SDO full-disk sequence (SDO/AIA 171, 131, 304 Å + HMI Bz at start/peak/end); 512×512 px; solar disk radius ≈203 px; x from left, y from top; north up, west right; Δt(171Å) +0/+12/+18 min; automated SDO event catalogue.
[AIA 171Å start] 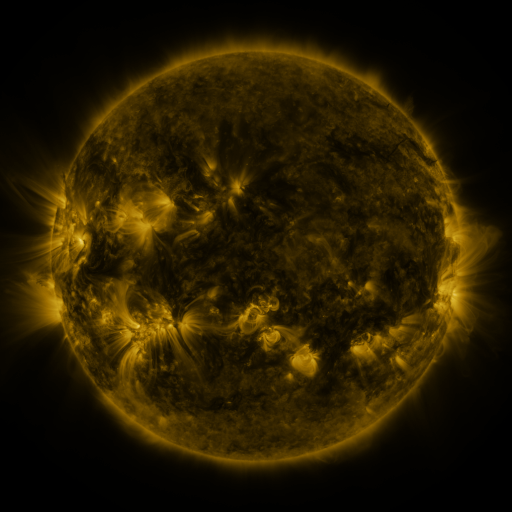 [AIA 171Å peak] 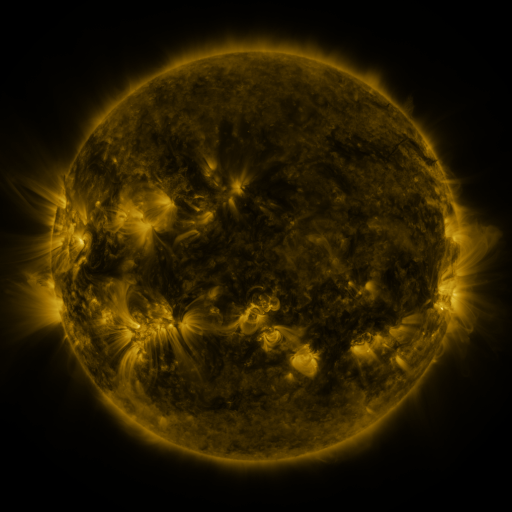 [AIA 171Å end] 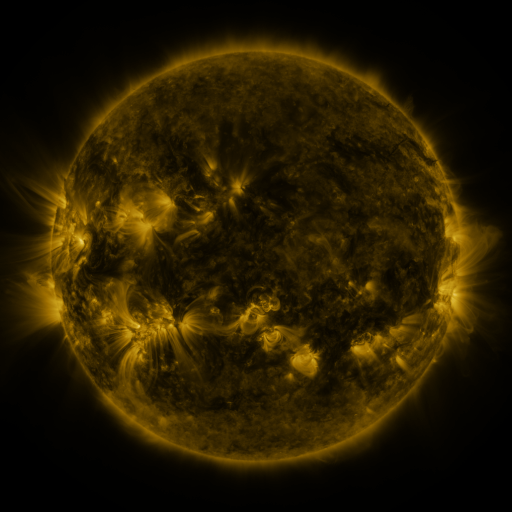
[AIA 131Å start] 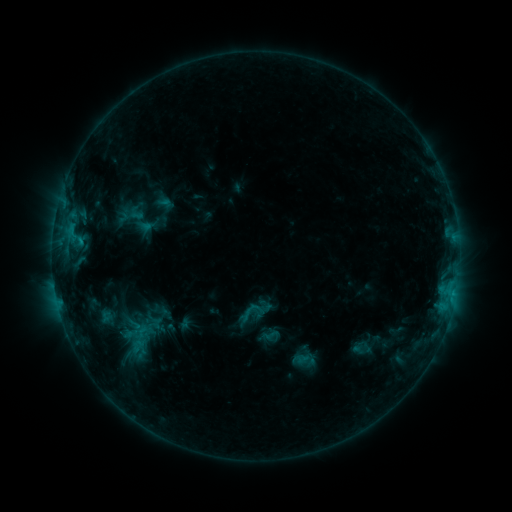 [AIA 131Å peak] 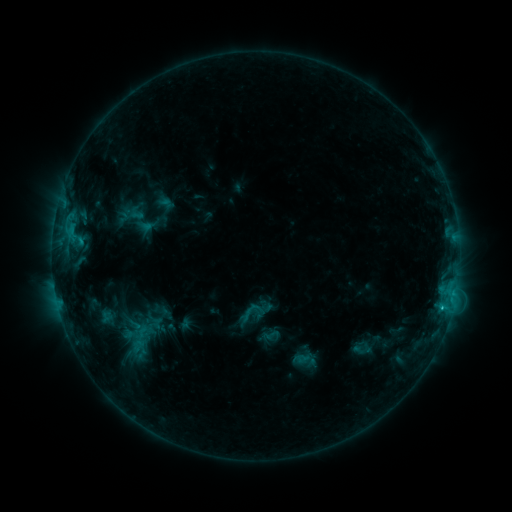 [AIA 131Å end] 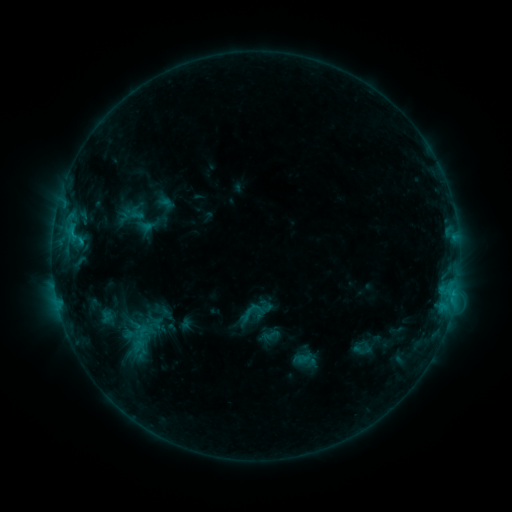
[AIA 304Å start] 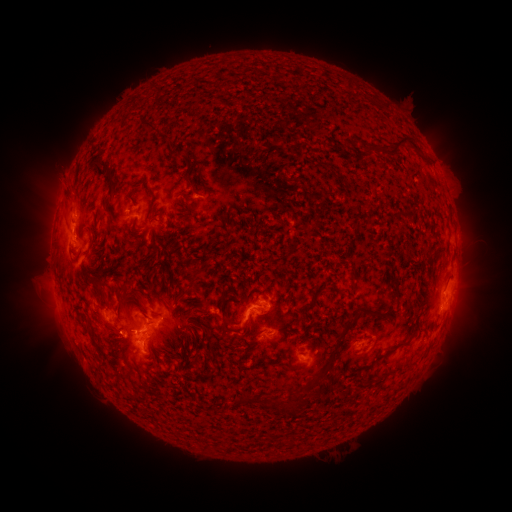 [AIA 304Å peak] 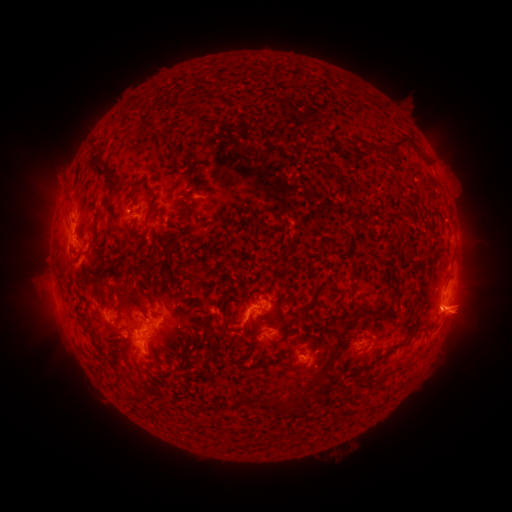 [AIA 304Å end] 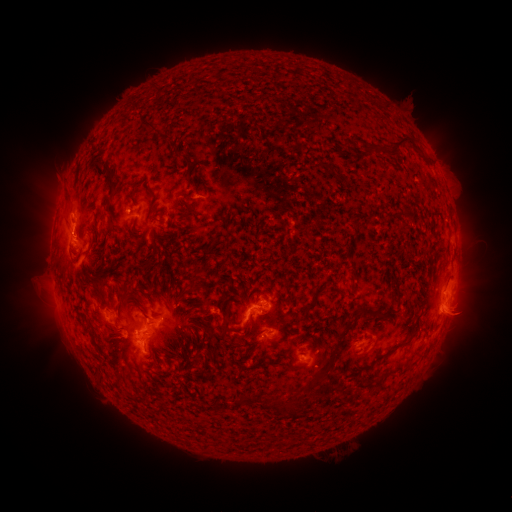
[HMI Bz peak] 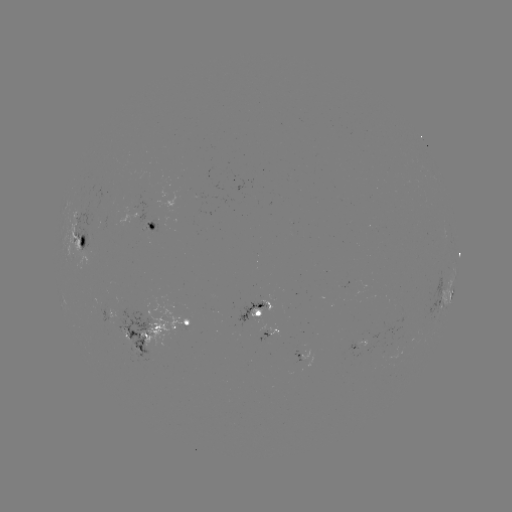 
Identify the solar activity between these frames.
C1.6 flare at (442, 305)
